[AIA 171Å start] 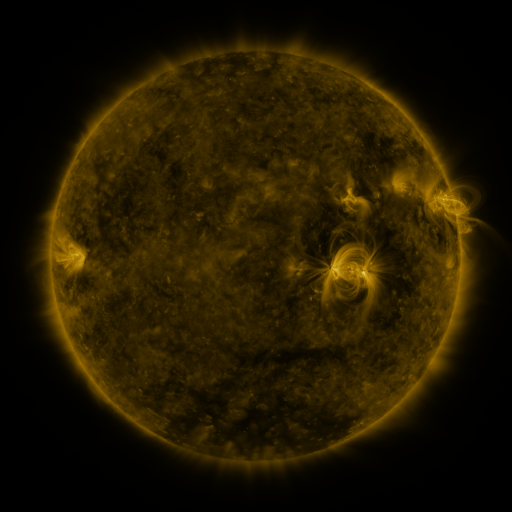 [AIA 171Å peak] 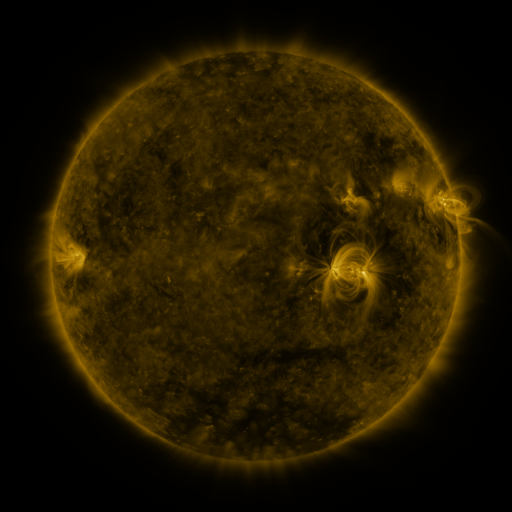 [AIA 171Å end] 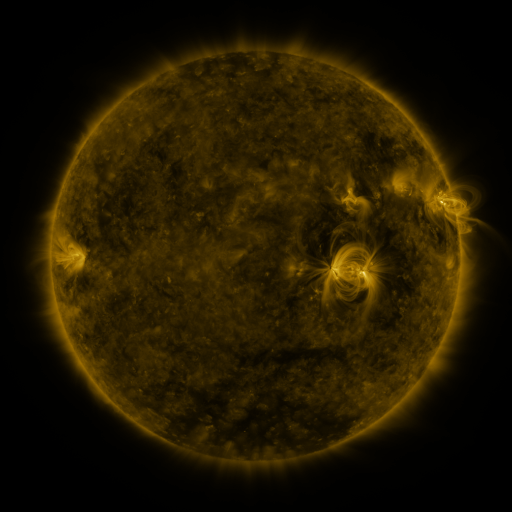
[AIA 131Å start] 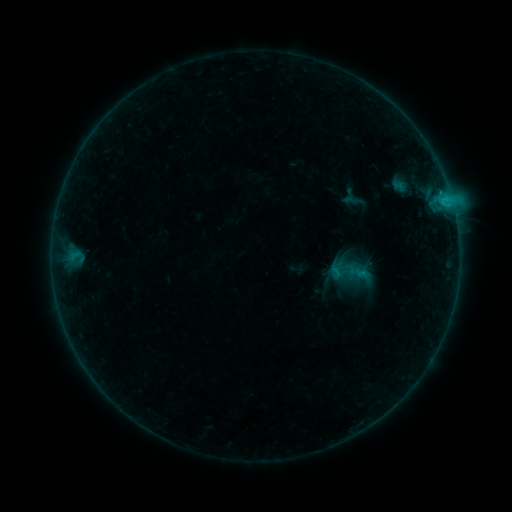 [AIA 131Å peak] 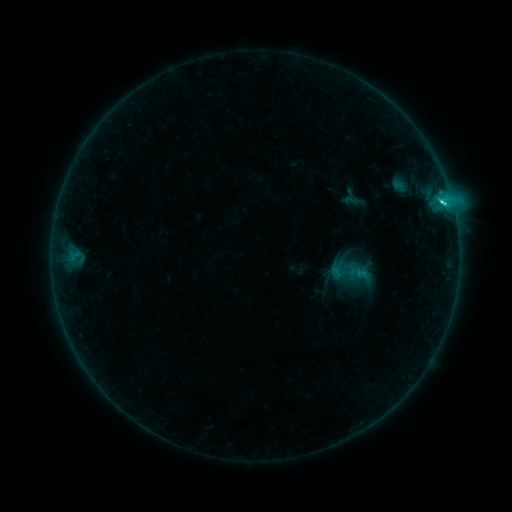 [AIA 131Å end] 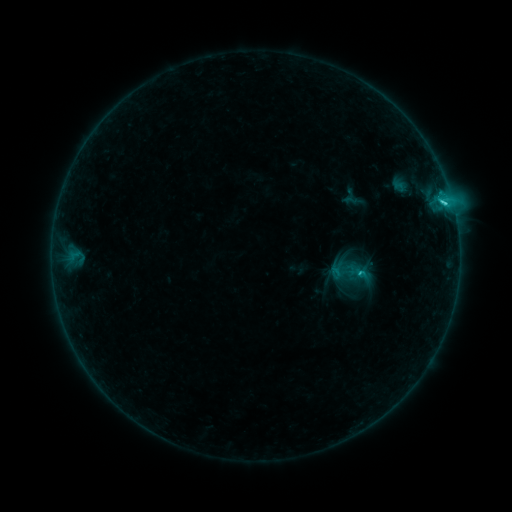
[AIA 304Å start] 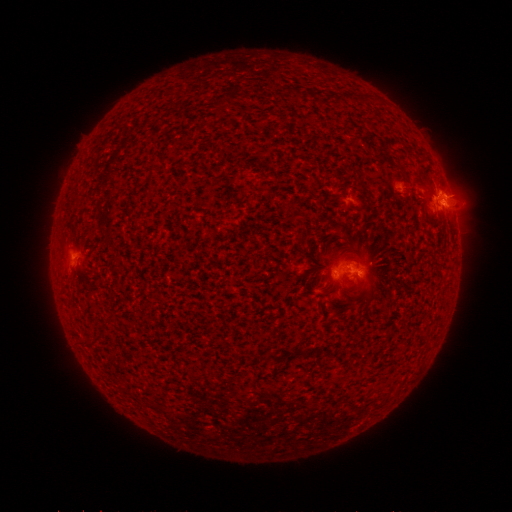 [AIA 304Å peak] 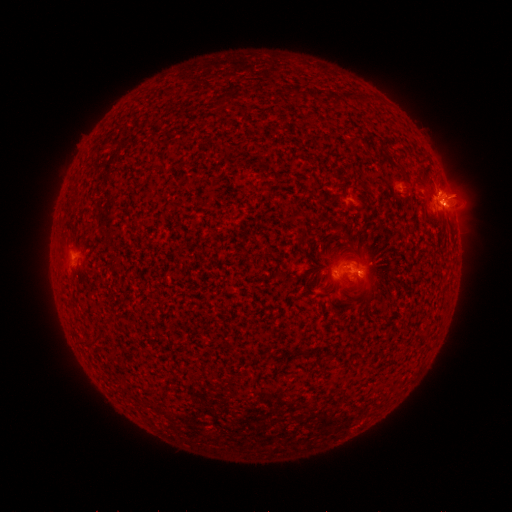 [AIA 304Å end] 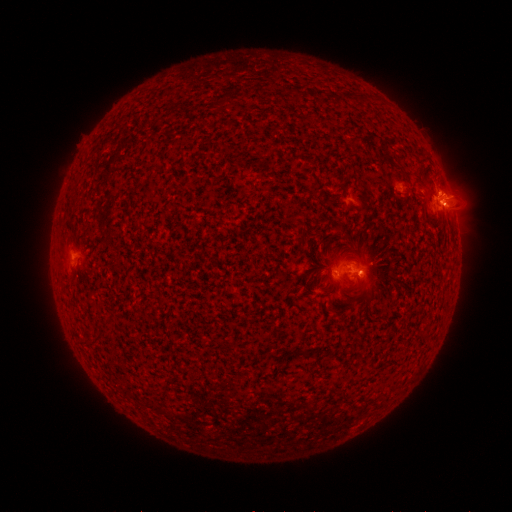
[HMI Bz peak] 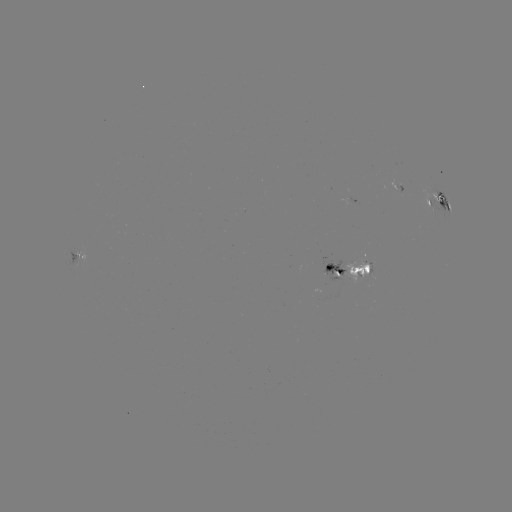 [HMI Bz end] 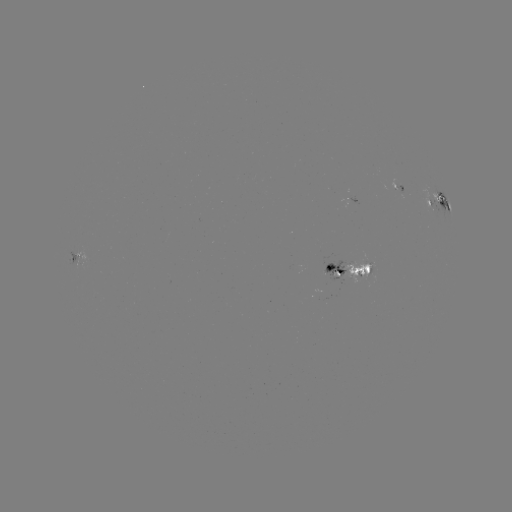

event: flare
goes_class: C2.3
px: (442, 206)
